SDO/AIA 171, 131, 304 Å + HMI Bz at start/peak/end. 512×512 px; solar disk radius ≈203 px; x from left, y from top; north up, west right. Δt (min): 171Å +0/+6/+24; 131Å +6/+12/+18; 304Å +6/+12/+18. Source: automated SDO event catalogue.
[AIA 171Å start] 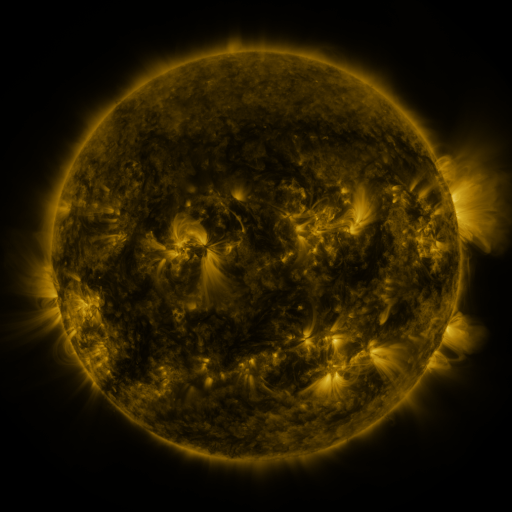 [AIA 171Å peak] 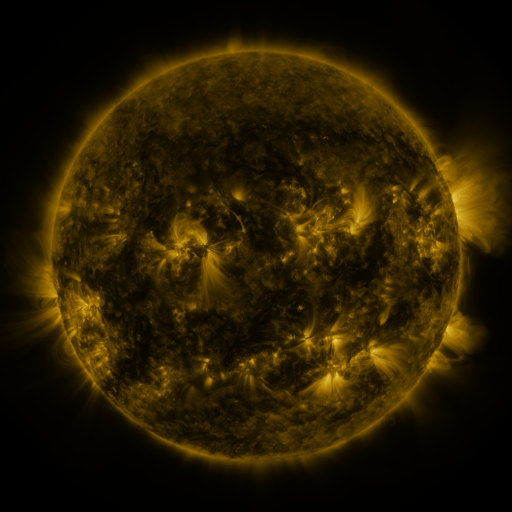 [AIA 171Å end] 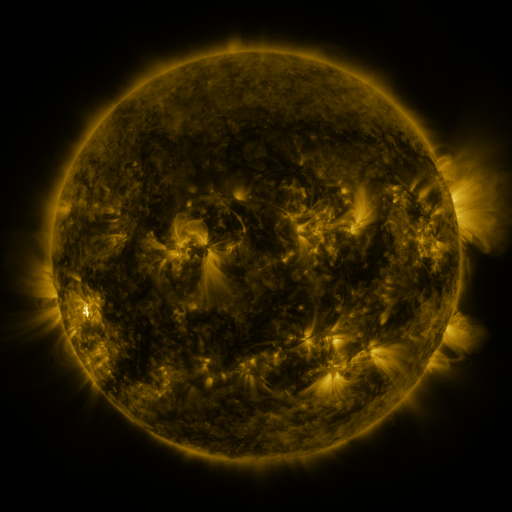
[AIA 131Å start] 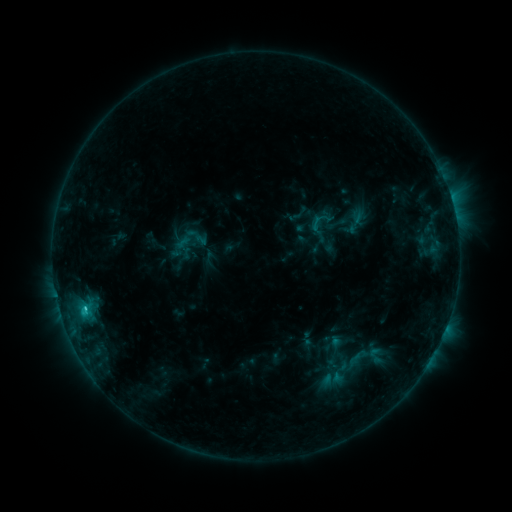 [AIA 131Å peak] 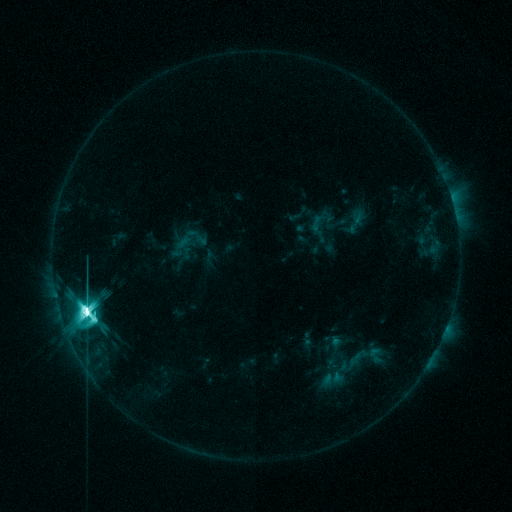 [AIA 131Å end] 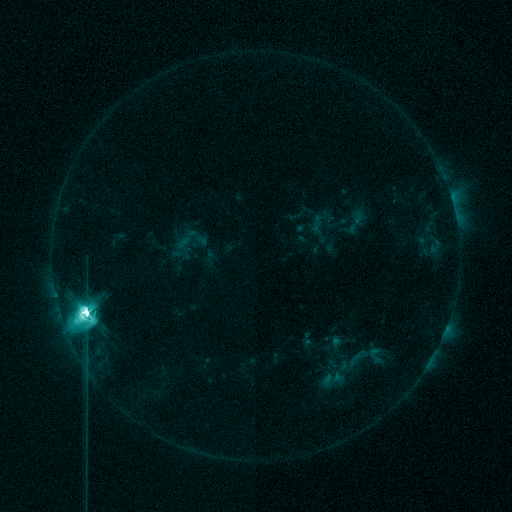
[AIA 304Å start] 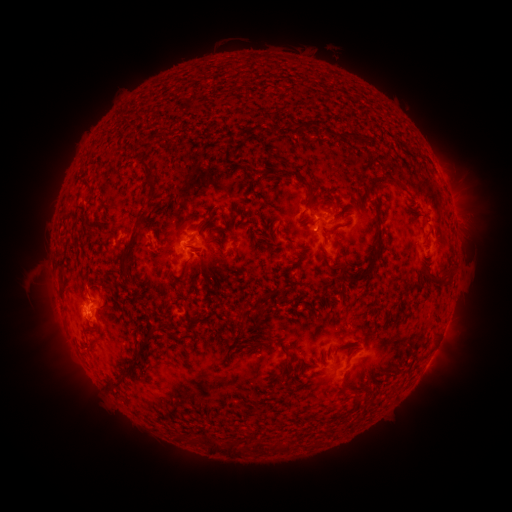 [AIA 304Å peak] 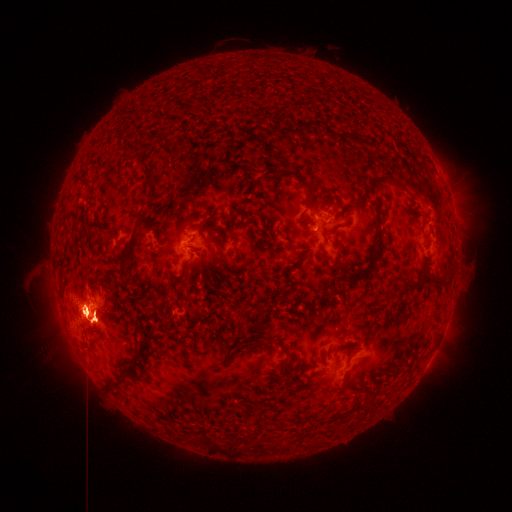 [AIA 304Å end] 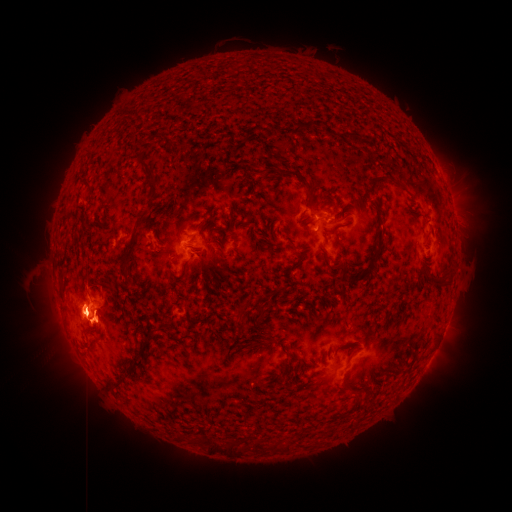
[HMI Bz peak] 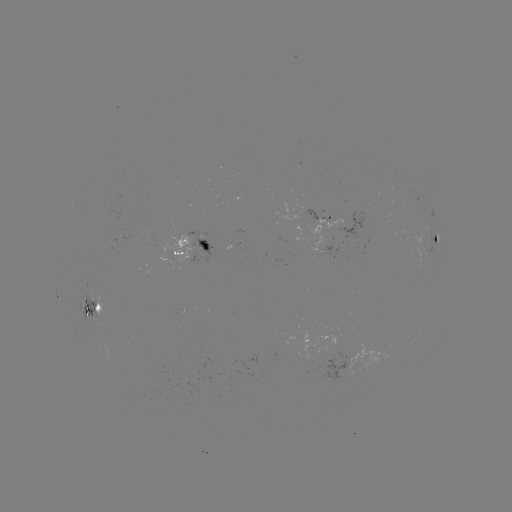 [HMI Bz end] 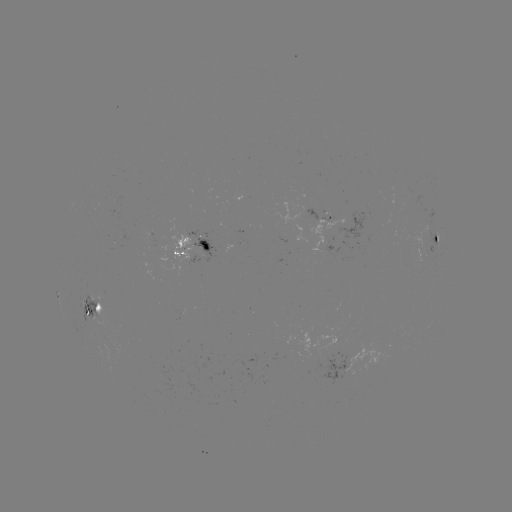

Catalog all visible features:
X1.8 flare: (87, 311)
